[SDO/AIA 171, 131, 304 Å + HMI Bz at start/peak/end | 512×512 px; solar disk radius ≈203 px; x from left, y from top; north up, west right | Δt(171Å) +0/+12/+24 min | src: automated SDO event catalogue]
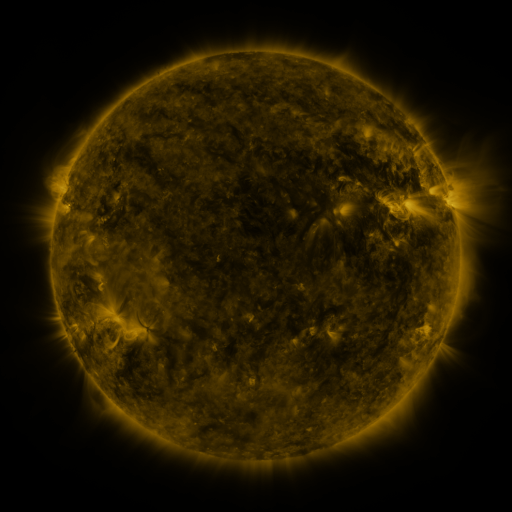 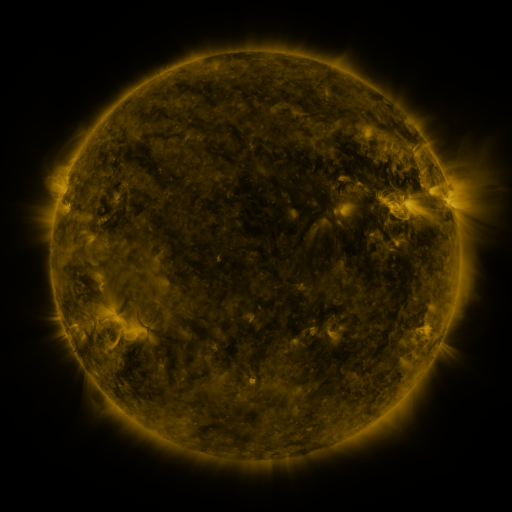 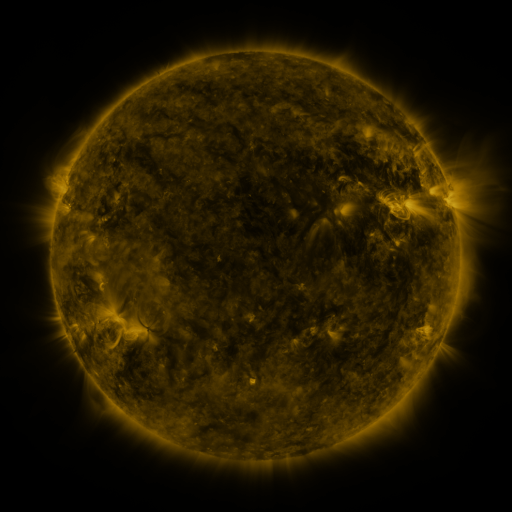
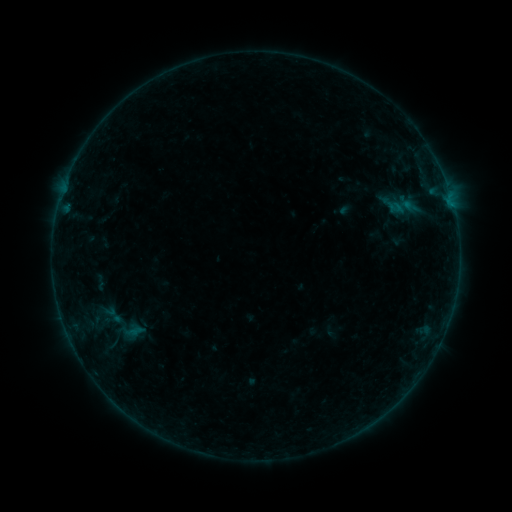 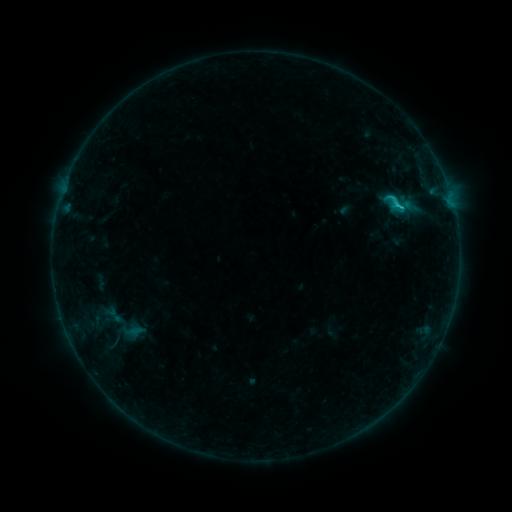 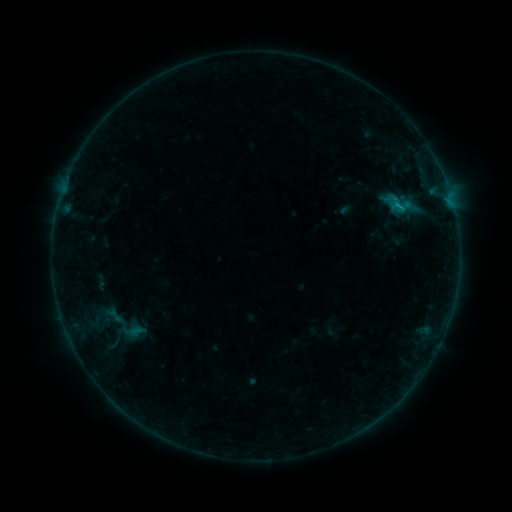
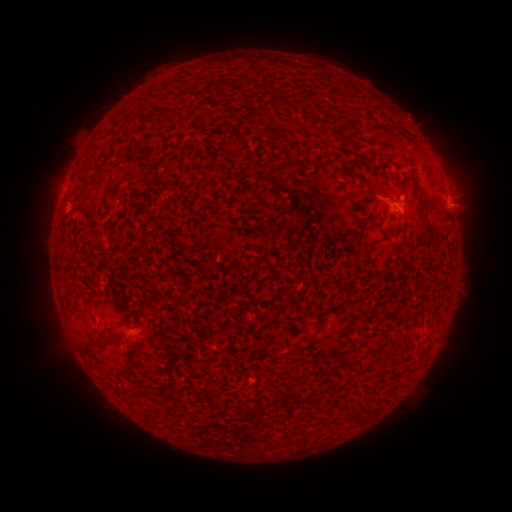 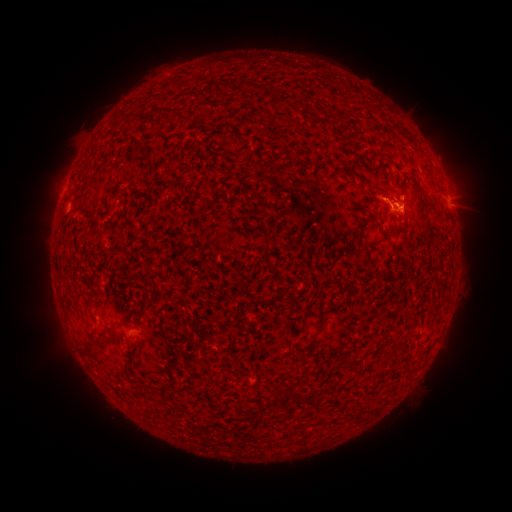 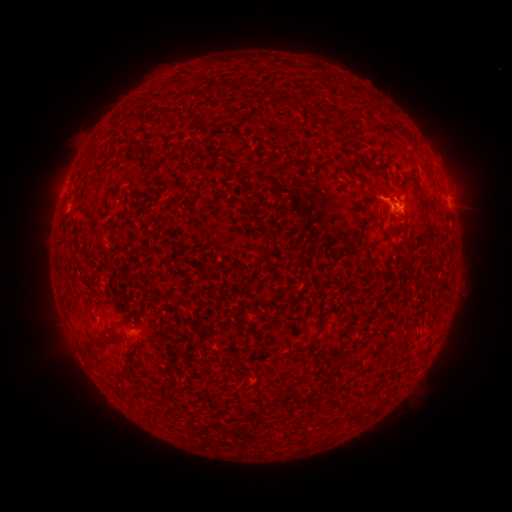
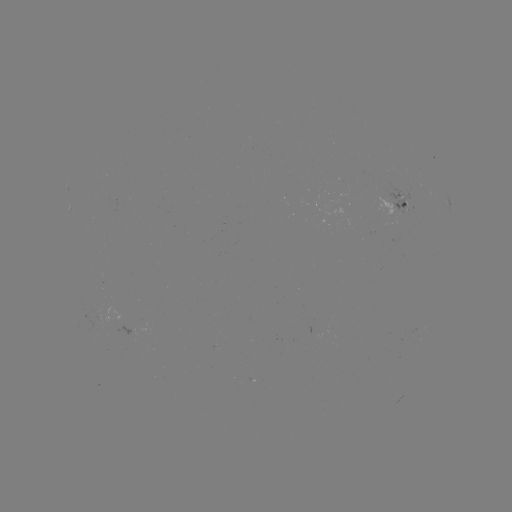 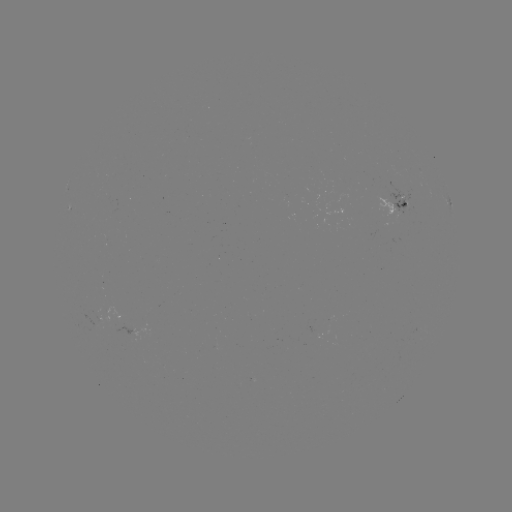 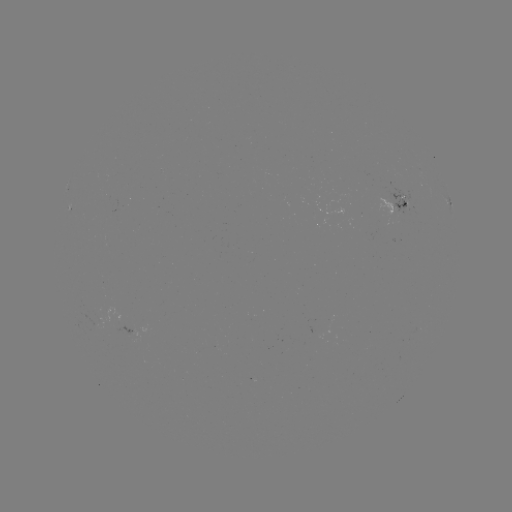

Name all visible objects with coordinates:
C1.0 flare: (396, 208)
